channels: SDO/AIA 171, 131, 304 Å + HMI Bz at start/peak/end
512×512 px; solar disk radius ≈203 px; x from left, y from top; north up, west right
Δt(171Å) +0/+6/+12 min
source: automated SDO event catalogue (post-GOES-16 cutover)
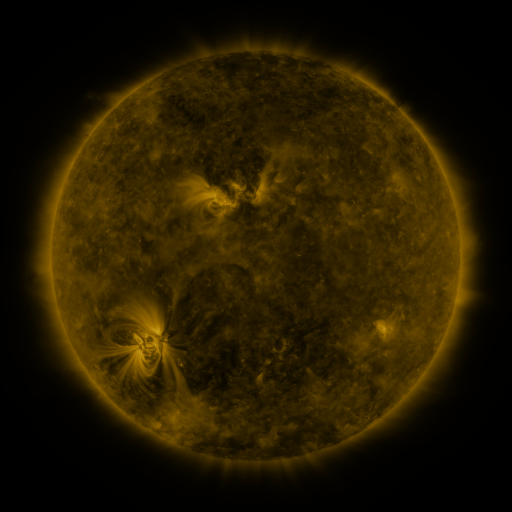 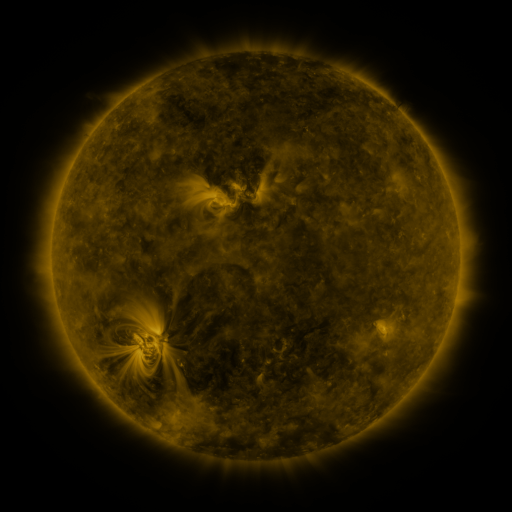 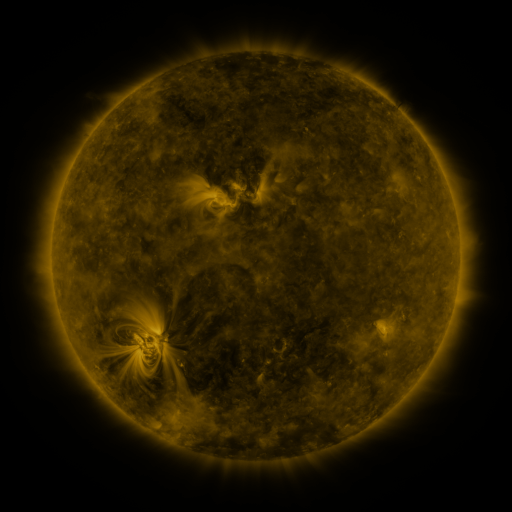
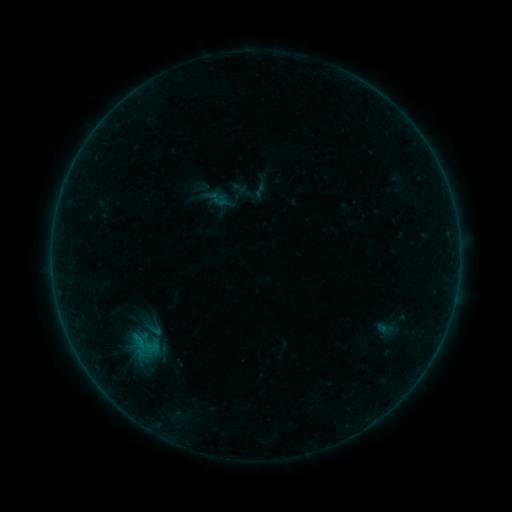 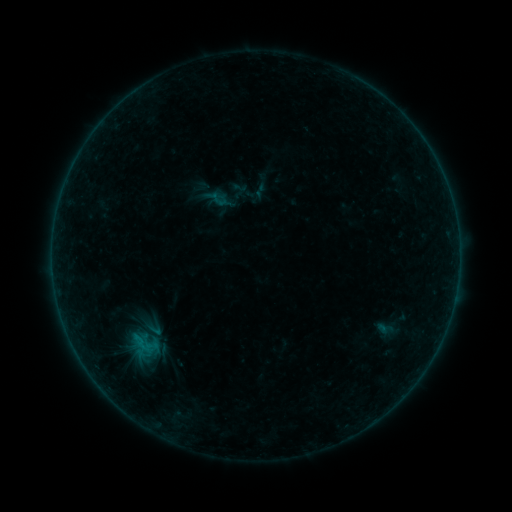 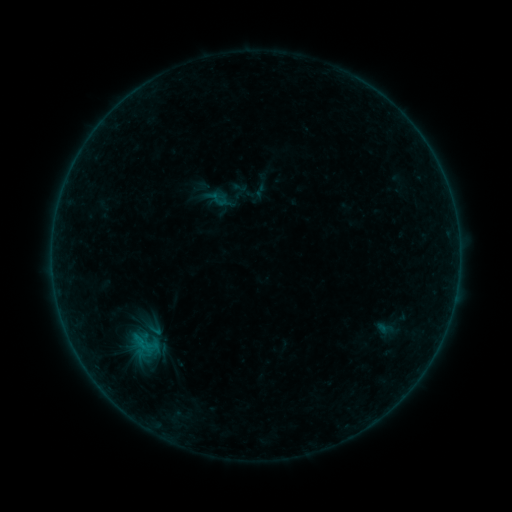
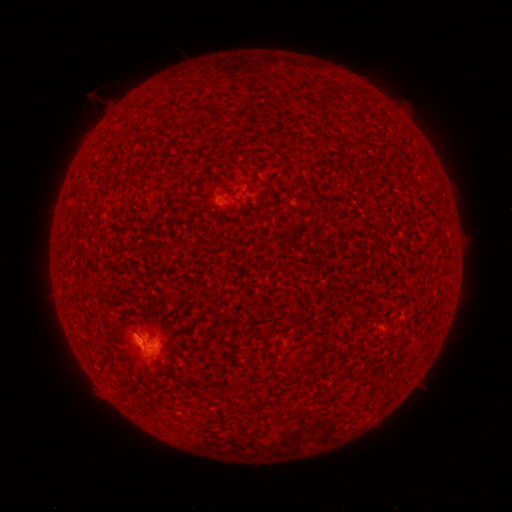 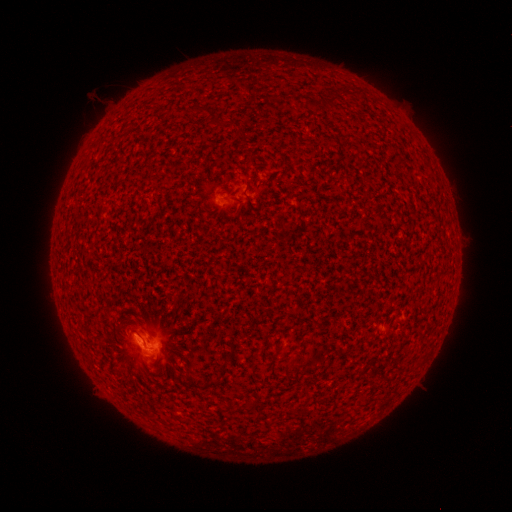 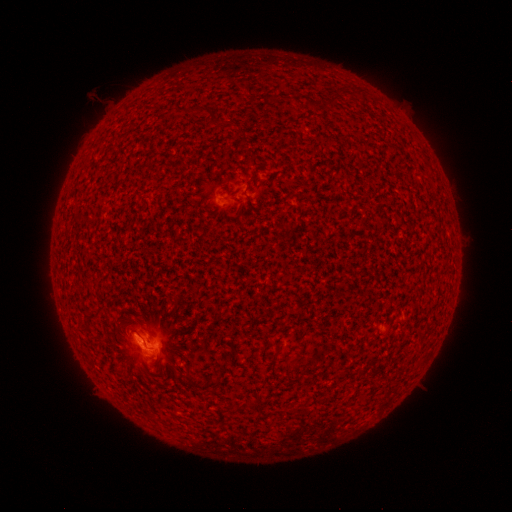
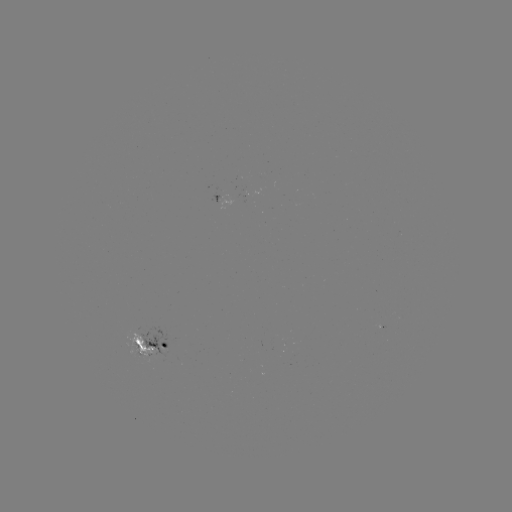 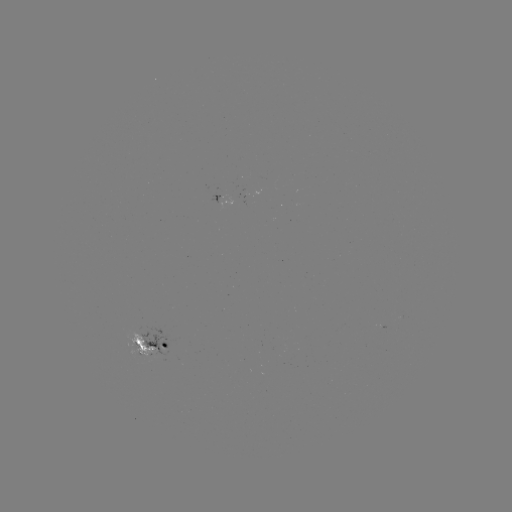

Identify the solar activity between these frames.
B4.6 flare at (144, 338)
